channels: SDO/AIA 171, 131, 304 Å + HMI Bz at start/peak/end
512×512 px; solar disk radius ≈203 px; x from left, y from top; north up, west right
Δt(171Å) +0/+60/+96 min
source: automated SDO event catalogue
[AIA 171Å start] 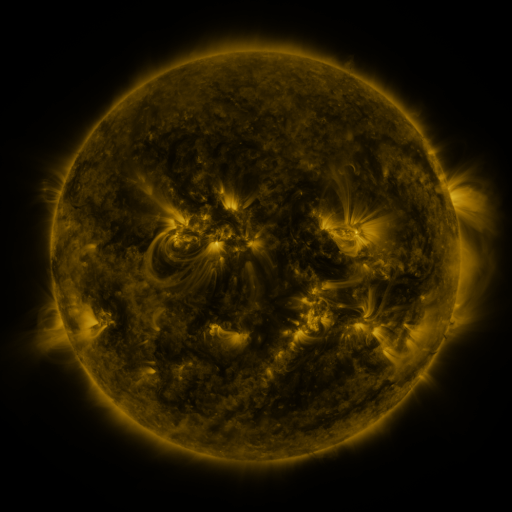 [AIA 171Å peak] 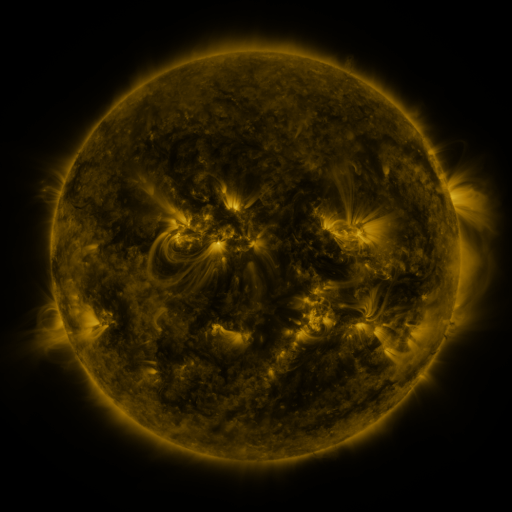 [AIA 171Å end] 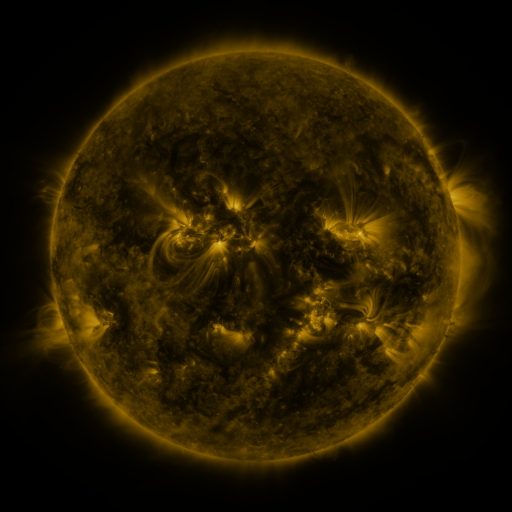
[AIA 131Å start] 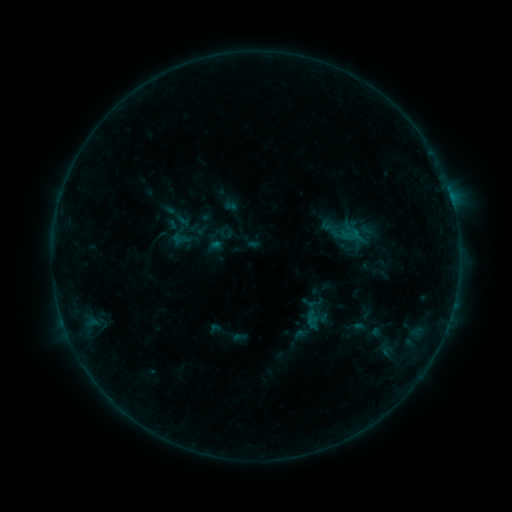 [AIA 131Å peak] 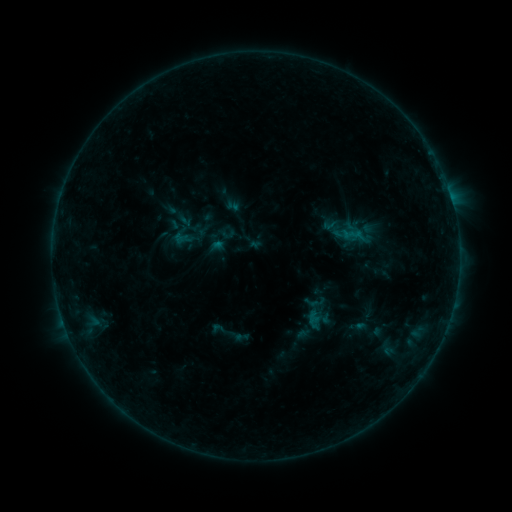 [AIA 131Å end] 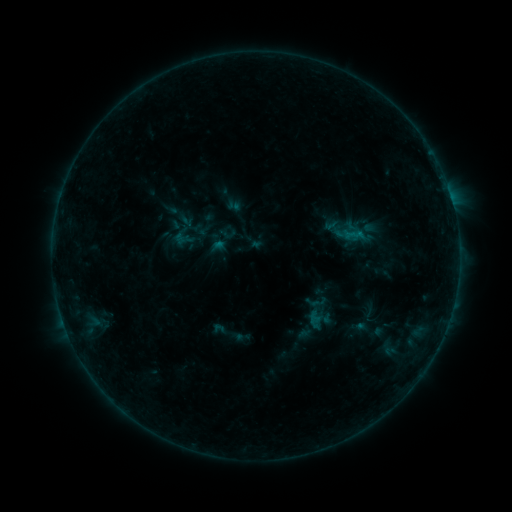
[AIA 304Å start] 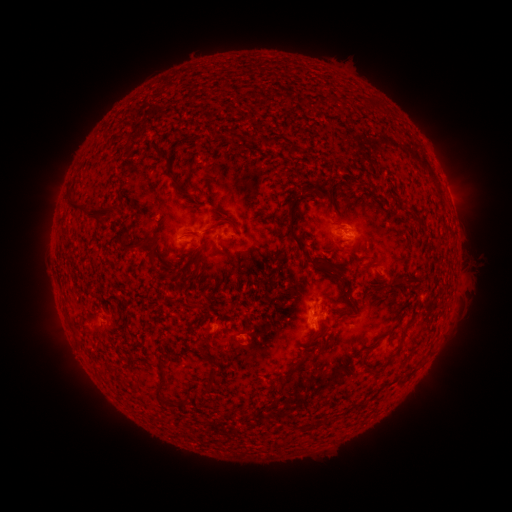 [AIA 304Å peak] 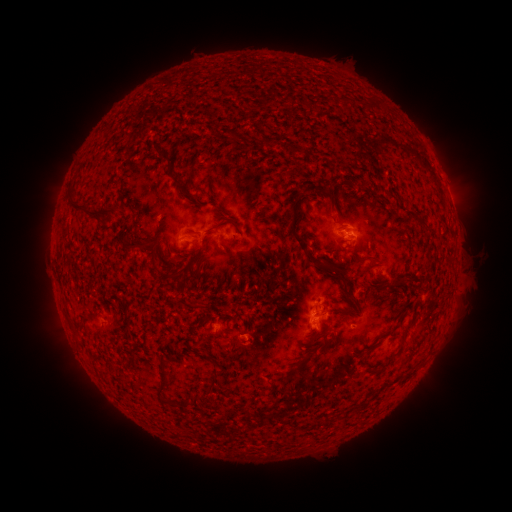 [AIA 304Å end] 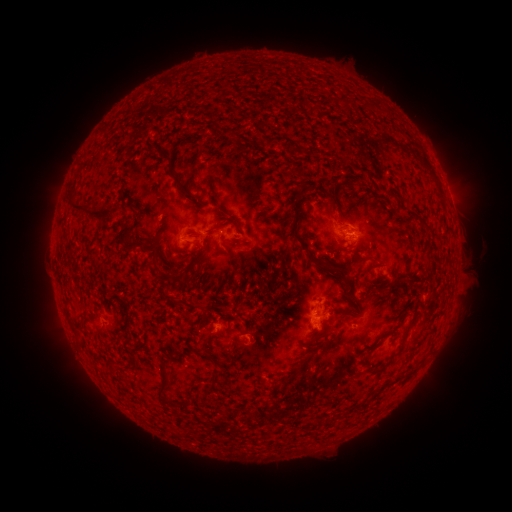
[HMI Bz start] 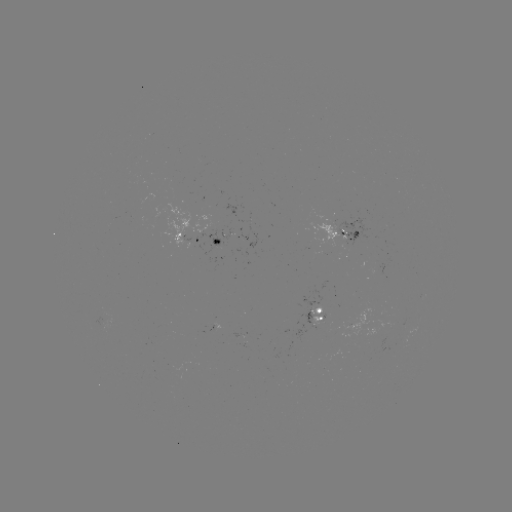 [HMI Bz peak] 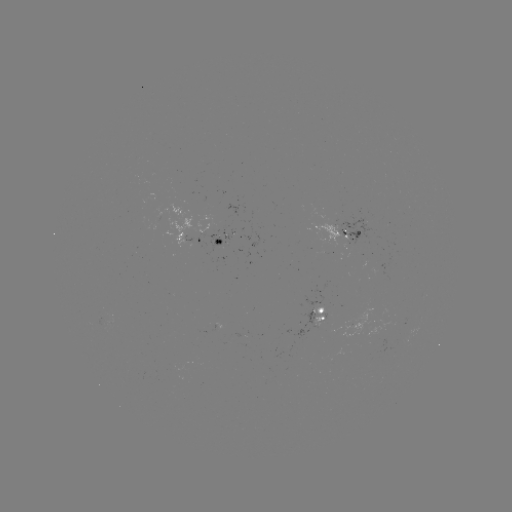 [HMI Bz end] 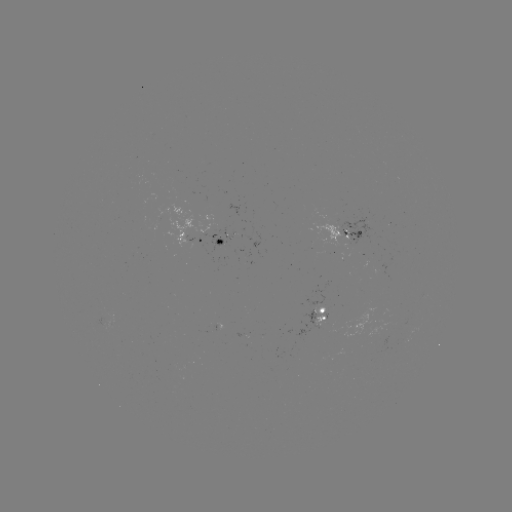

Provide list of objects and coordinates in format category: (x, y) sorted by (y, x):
emerging-flux region: (101, 311)
